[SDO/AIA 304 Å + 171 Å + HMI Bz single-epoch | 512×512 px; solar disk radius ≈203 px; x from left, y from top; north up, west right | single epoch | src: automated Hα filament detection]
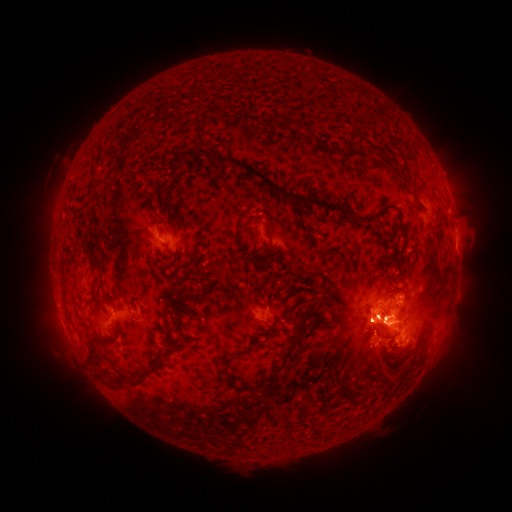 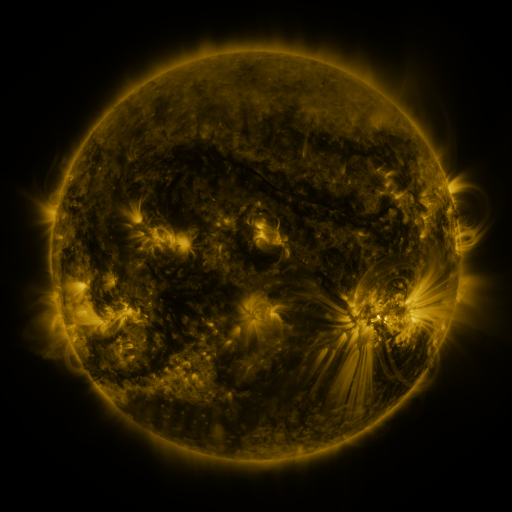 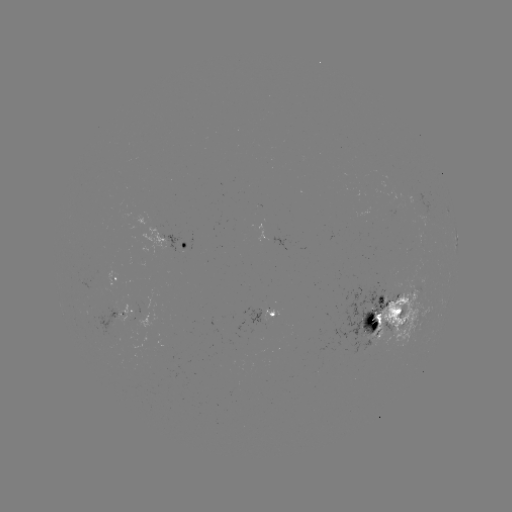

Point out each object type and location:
filament: <bbox>188, 152, 197, 163</bbox>
filament: <bbox>217, 155, 363, 226</bbox>
filament: <bbox>165, 159, 183, 185</bbox>
filament: <bbox>409, 189, 424, 209</bbox>
filament: <bbox>383, 209, 390, 219</bbox>
filament: <bbox>273, 219, 282, 229</bbox>
filament: <bbox>398, 225, 406, 249</bbox>
filament: <bbox>229, 228, 246, 247</bbox>
filament: <bbox>120, 234, 133, 255</bbox>
filament: <bbox>83, 243, 98, 269</bbox>
filament: <bbox>187, 250, 199, 259</bbox>
filament: <bbox>342, 257, 355, 271</bbox>
filament: <bbox>60, 278, 67, 291</bbox>
filament: <bbox>394, 285, 405, 291</bbox>
filament: <bbox>167, 288, 204, 322</bbox>
filament: <bbox>377, 293, 393, 315</bbox>
filament: <bbox>363, 299, 381, 333</bbox>
filament: <bbox>397, 302, 407, 312</bbox>
filament: <bbox>257, 303, 311, 385</bbox>
filament: <bbox>173, 318, 191, 335</bbox>
filament: <bbox>161, 324, 169, 334</bbox>
filament: <bbox>376, 324, 402, 342</bbox>
filament: <bbox>105, 337, 117, 344</bbox>
filament: <bbox>215, 342, 260, 392</bbox>
filament: <bbox>88, 343, 99, 363</bbox>
filament: <bbox>153, 346, 173, 372</bbox>
filament: <bbox>132, 373, 147, 388</bbox>
filament: <bbox>111, 377, 126, 392</bbox>
filament: <bbox>374, 402, 383, 410</bbox>
